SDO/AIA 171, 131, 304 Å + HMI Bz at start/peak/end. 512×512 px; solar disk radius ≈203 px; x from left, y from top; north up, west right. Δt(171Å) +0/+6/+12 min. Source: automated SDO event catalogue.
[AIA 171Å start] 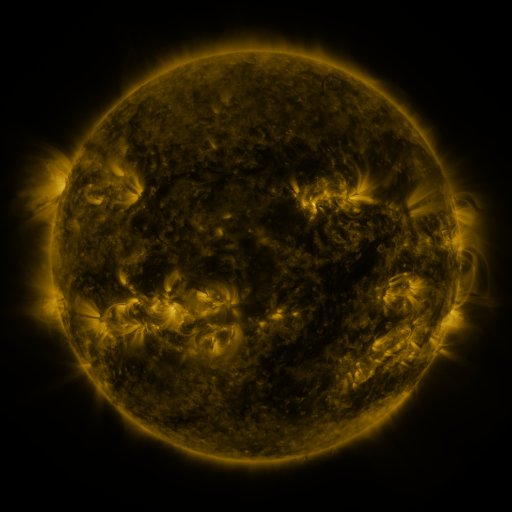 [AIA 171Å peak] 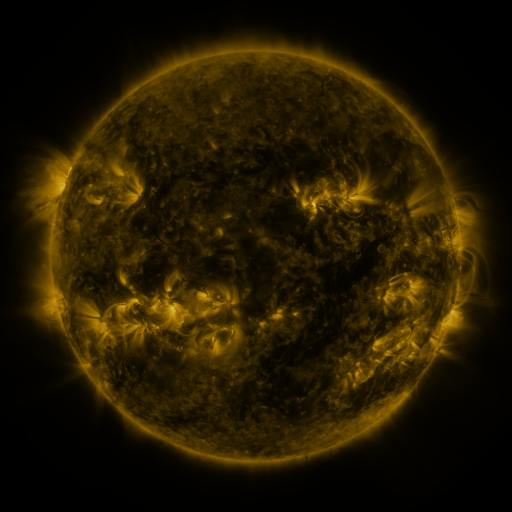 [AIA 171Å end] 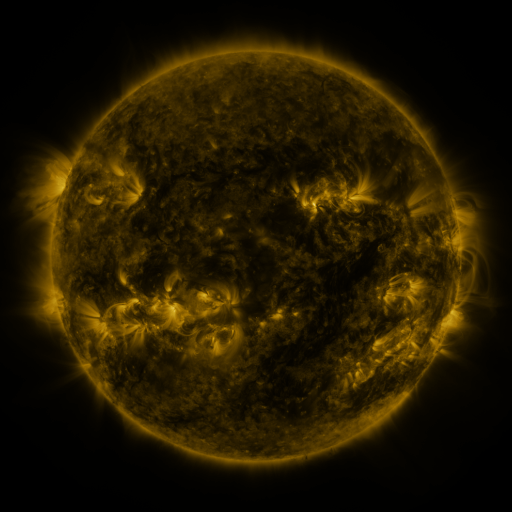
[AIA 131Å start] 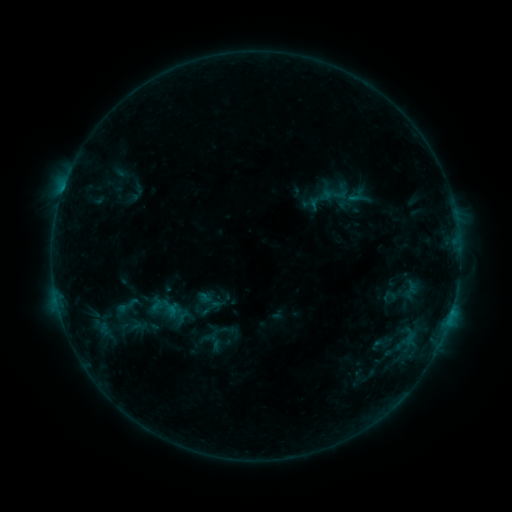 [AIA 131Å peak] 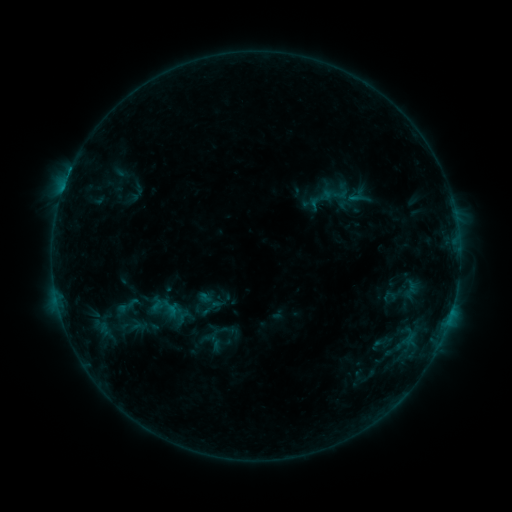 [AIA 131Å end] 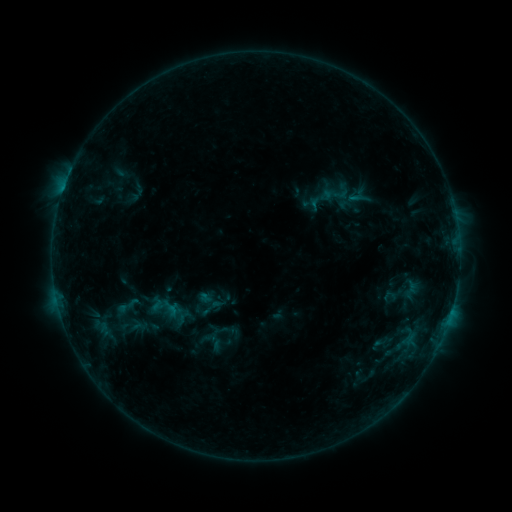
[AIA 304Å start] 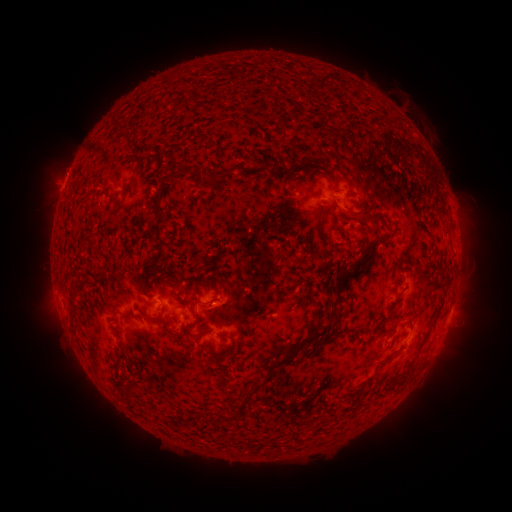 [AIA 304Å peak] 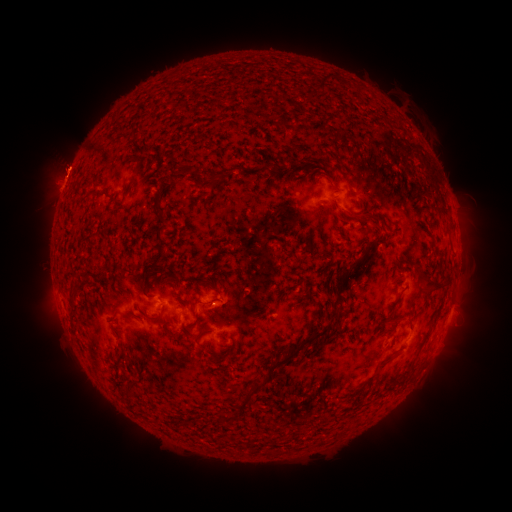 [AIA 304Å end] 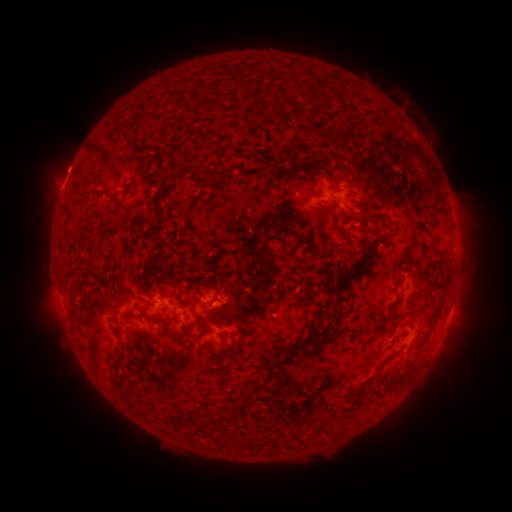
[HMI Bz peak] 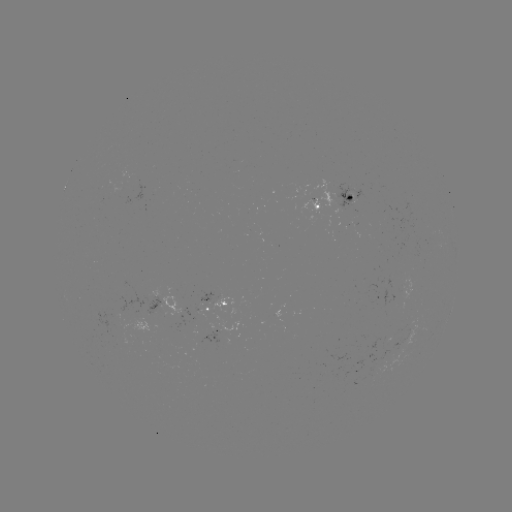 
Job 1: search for eruption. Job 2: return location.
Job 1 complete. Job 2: (66, 163).